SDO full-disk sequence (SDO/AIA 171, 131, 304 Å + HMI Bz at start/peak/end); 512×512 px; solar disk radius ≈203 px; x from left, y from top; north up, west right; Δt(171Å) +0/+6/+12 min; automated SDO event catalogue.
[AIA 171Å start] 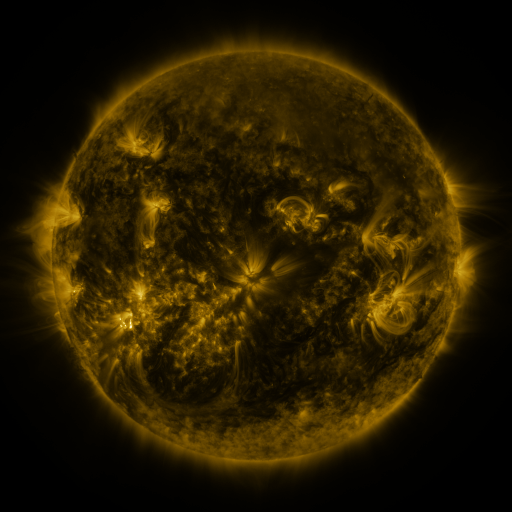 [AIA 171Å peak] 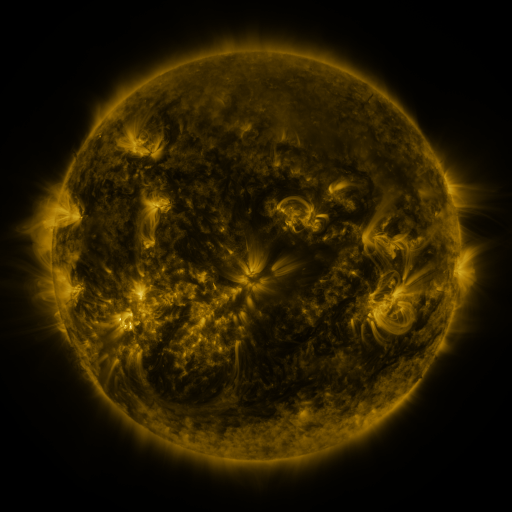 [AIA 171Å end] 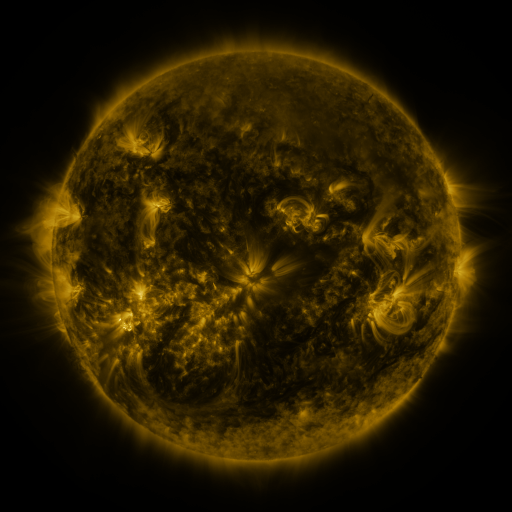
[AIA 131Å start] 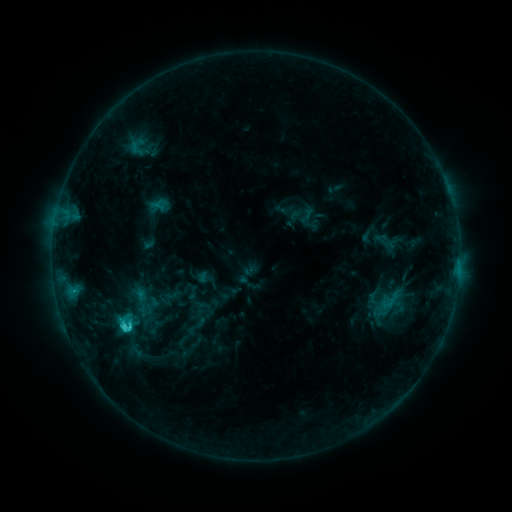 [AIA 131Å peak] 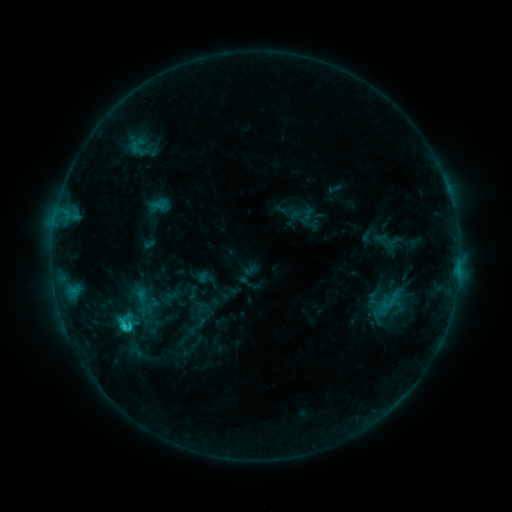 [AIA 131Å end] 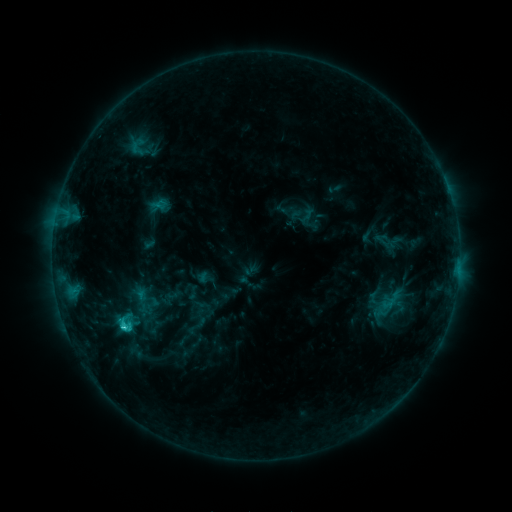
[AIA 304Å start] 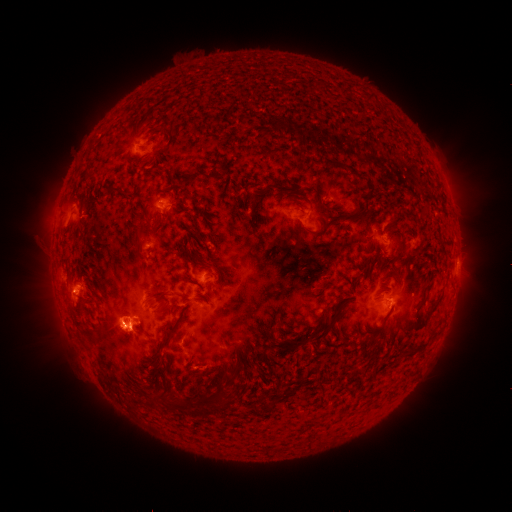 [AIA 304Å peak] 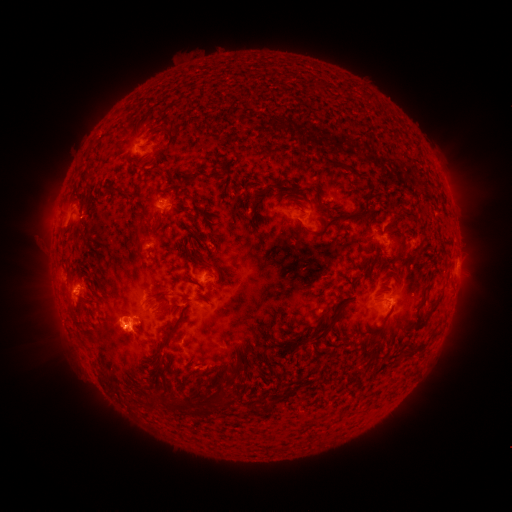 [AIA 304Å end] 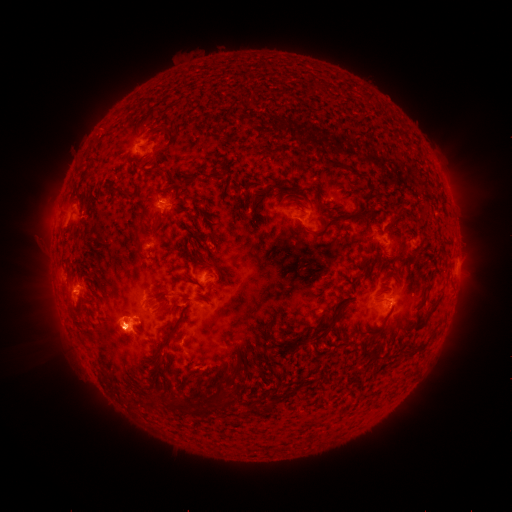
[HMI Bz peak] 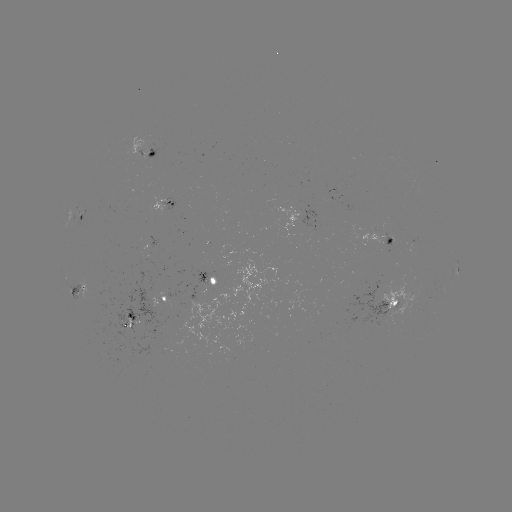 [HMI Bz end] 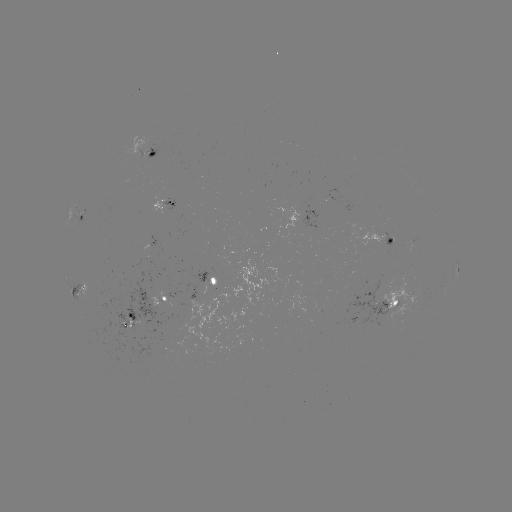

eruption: <bbox>88, 286, 148, 366</bbox>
